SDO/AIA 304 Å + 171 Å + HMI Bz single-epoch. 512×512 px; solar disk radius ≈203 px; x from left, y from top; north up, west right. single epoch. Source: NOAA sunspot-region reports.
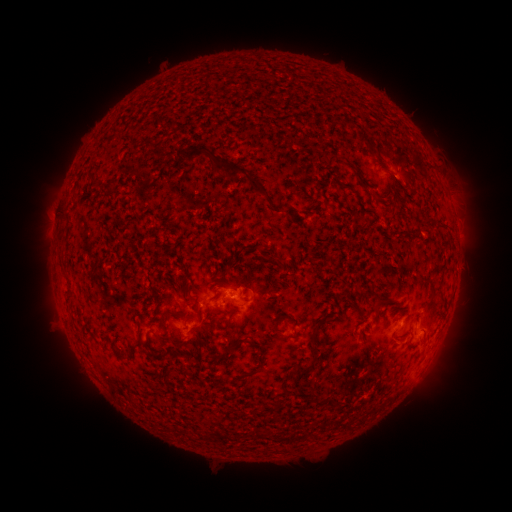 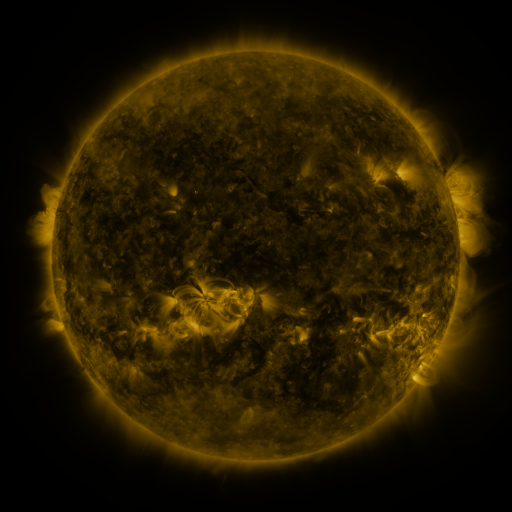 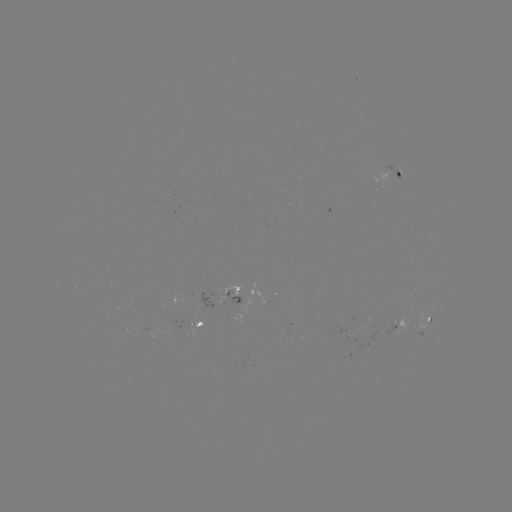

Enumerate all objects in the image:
spotted active region: (401, 173)
spotted active region: (227, 293)
spotted active region: (402, 322)
spotted active region: (199, 324)
spotted active region: (424, 328)
